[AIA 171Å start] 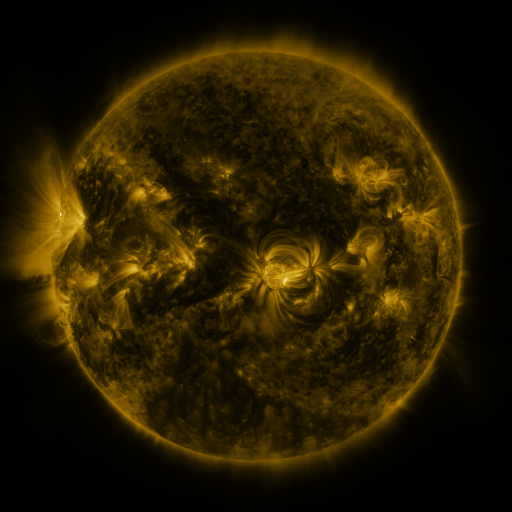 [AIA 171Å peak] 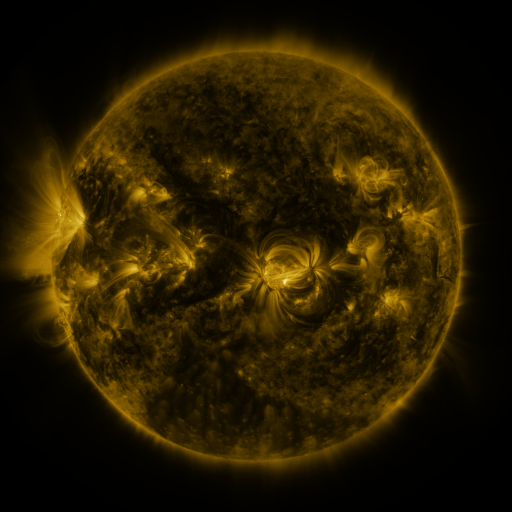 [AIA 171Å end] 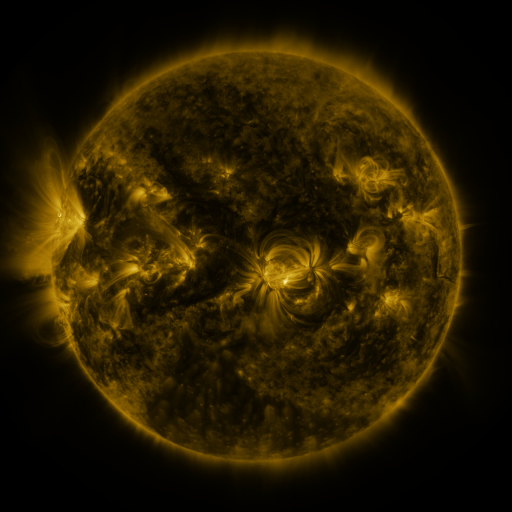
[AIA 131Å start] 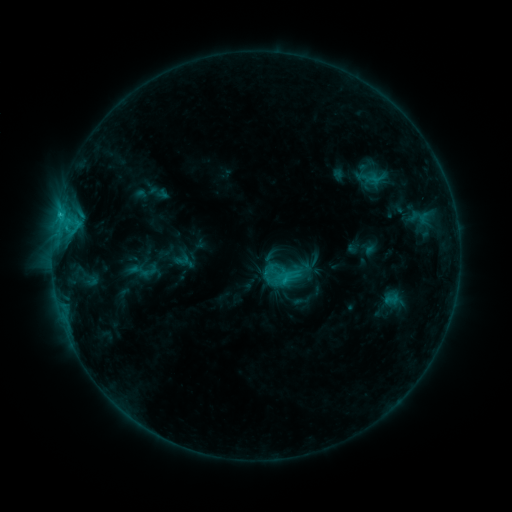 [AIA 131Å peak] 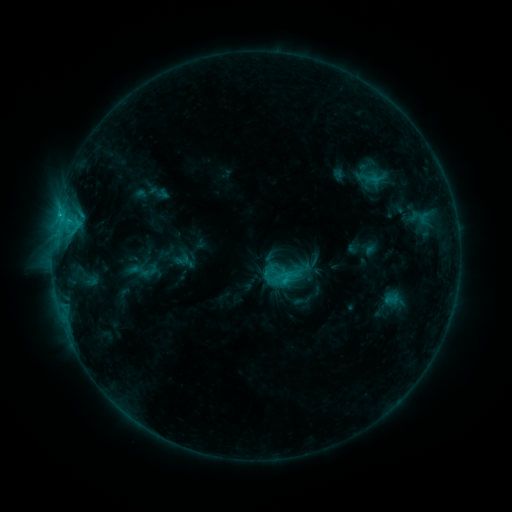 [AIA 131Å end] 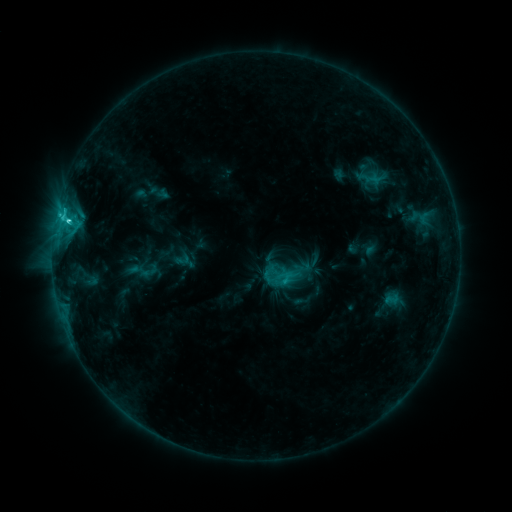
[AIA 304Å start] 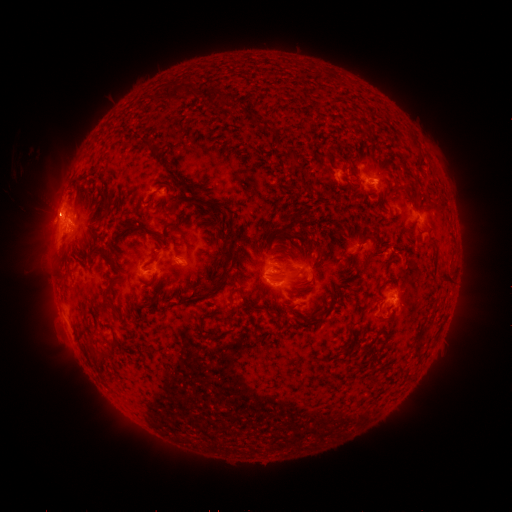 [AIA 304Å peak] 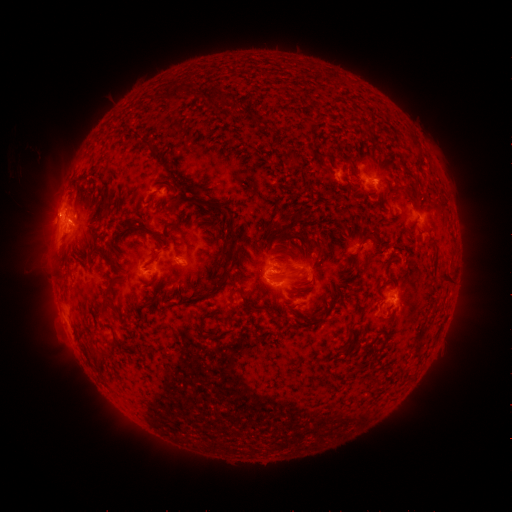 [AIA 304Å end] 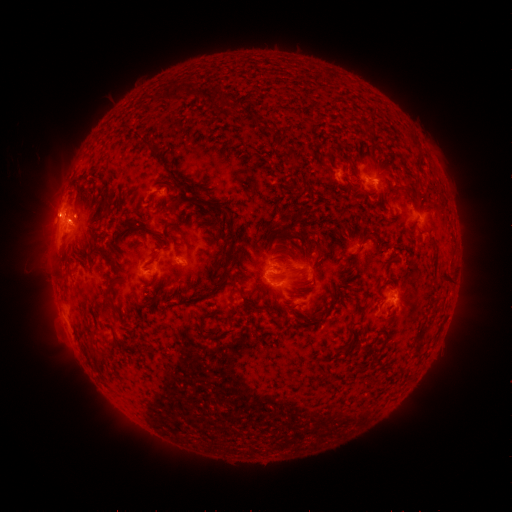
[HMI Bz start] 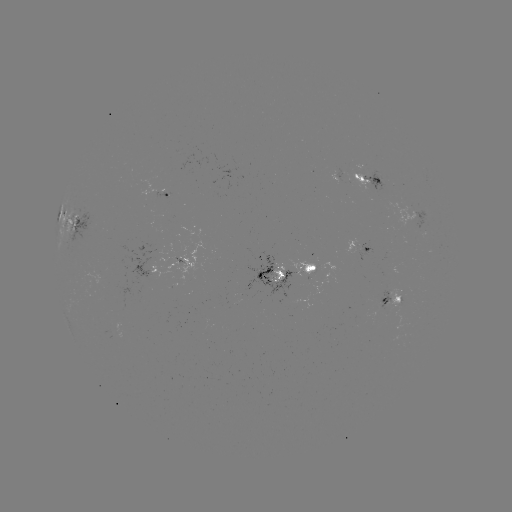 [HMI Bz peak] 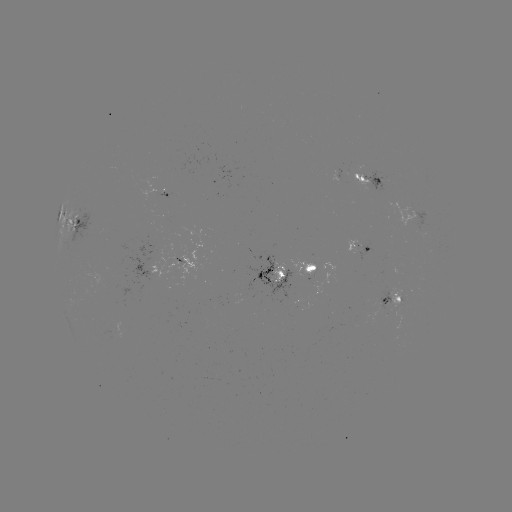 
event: flare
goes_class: C2.9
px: (70, 223)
